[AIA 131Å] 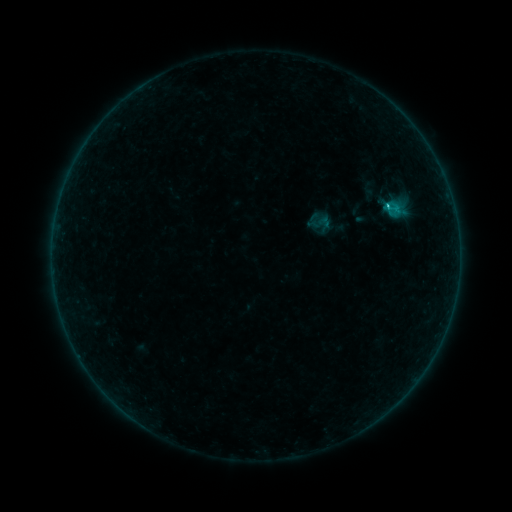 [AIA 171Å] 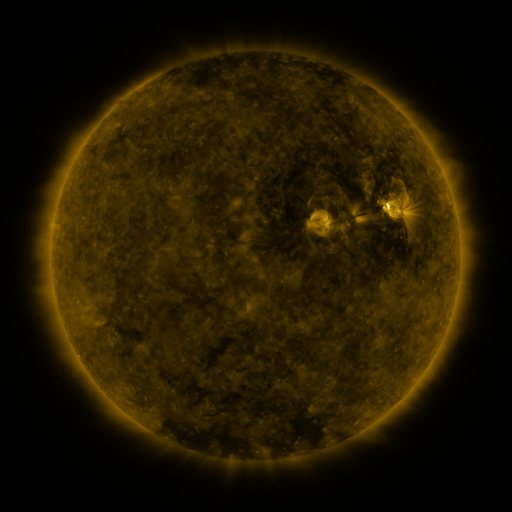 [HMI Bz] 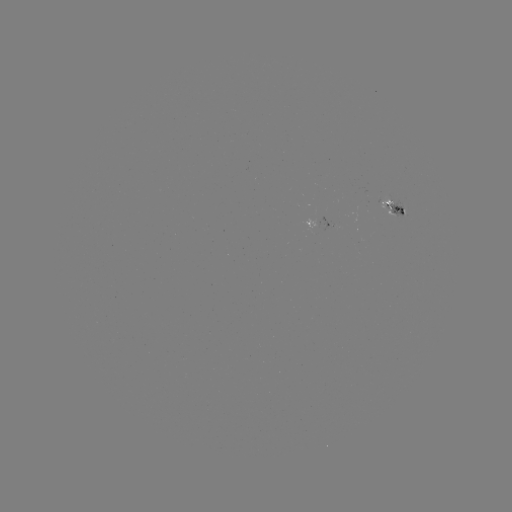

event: sigmoid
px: (322, 223)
